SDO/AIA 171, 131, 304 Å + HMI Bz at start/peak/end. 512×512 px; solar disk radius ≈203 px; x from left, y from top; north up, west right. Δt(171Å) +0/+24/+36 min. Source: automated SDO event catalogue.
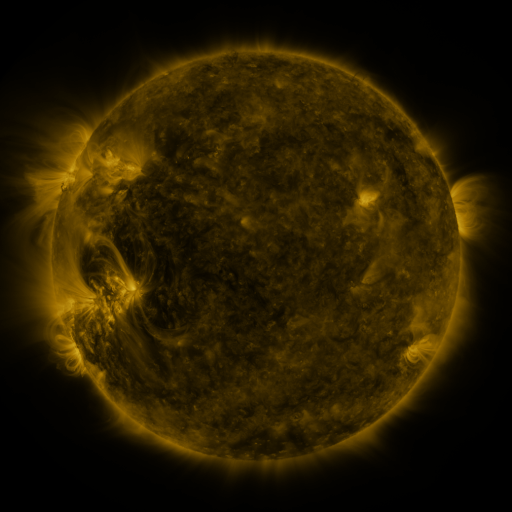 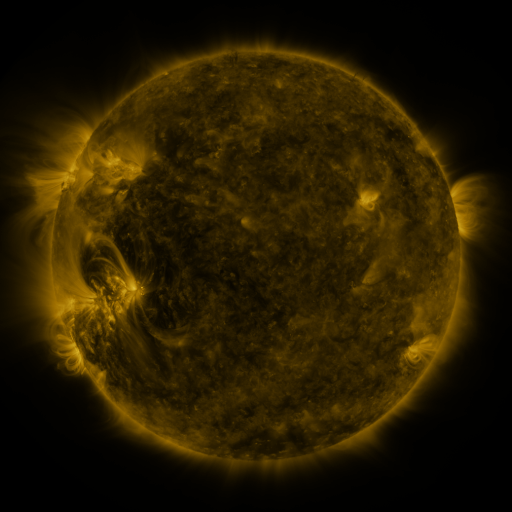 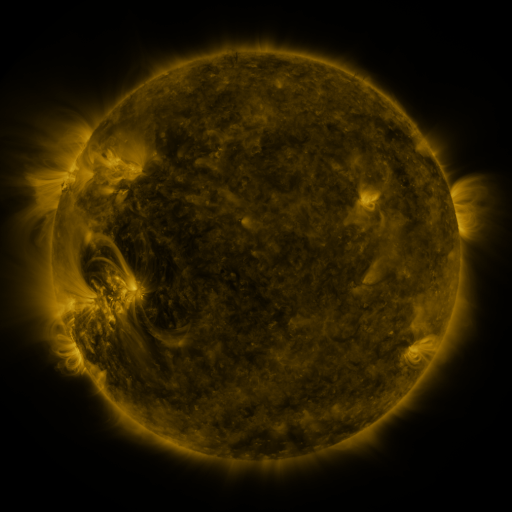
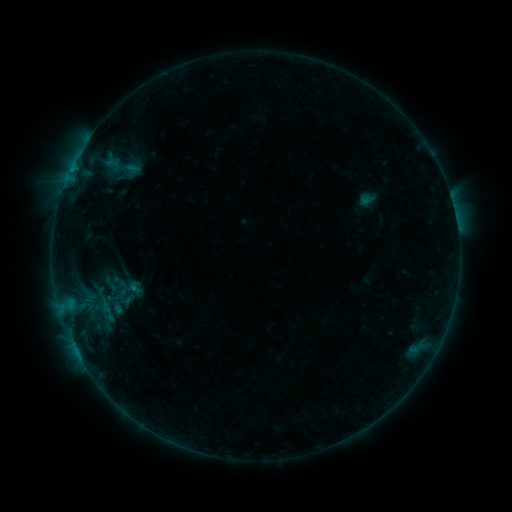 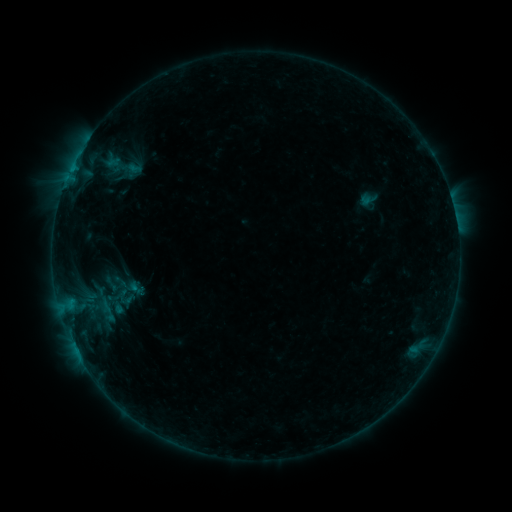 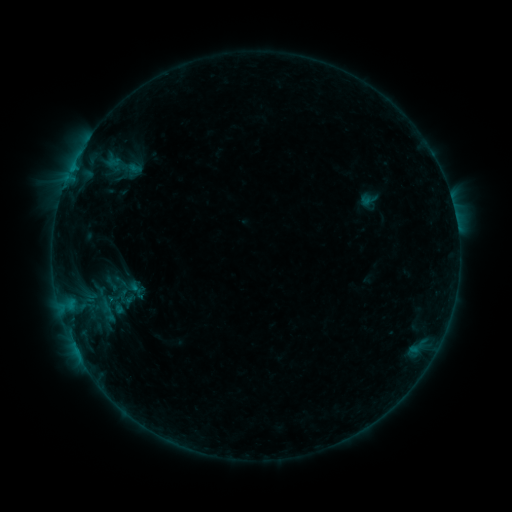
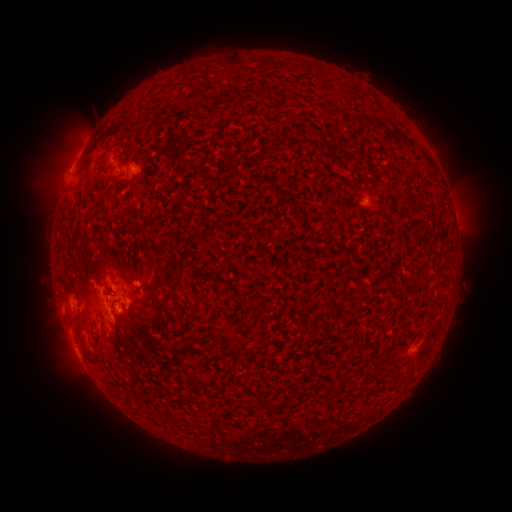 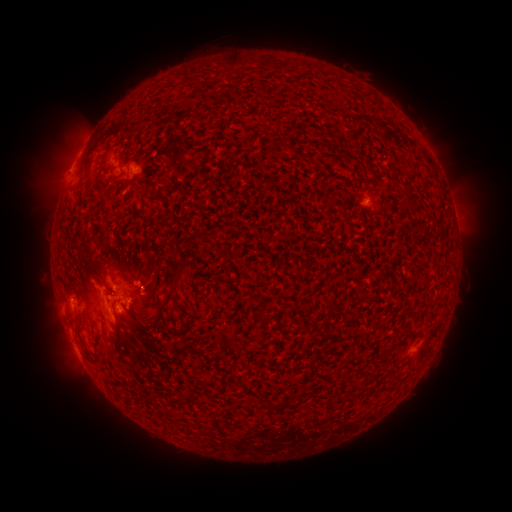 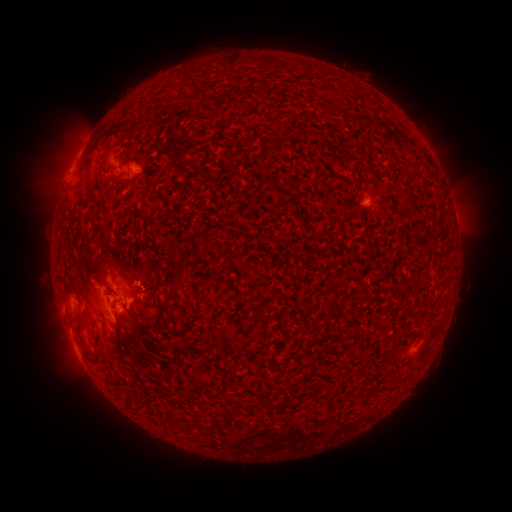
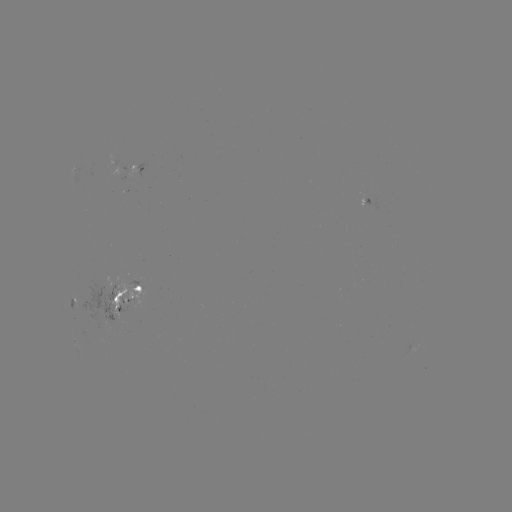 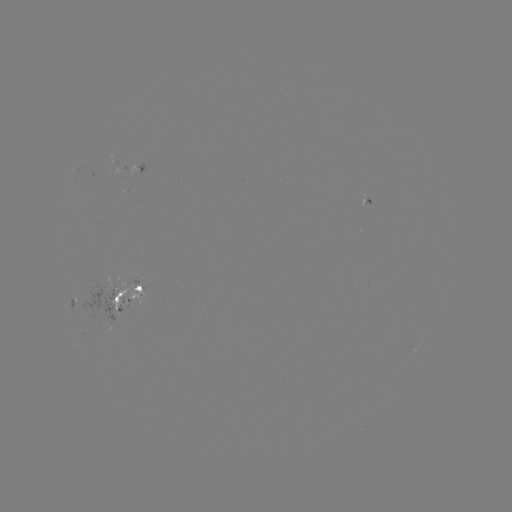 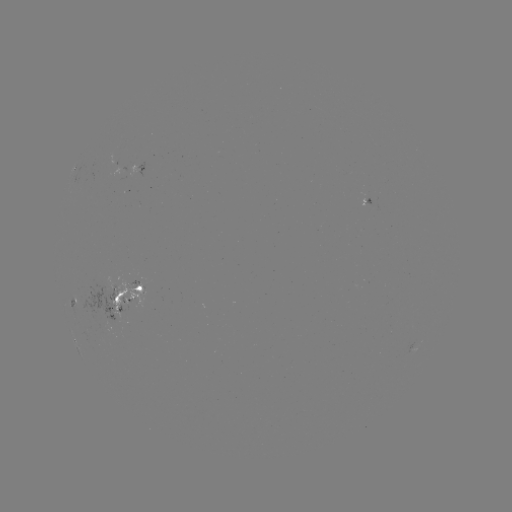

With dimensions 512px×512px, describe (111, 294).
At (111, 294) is emerging-flux region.